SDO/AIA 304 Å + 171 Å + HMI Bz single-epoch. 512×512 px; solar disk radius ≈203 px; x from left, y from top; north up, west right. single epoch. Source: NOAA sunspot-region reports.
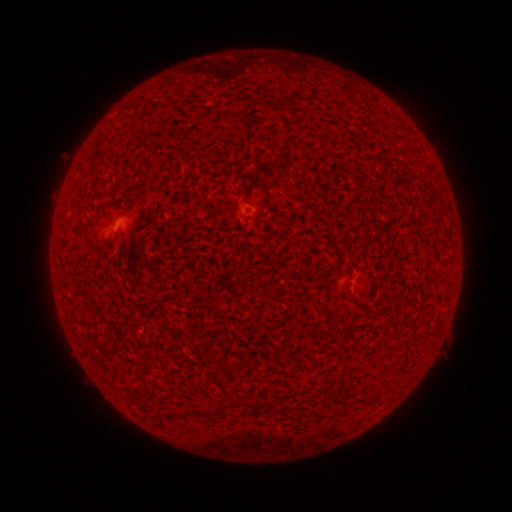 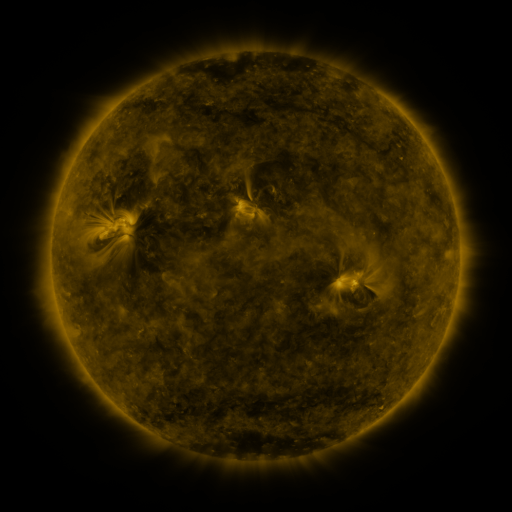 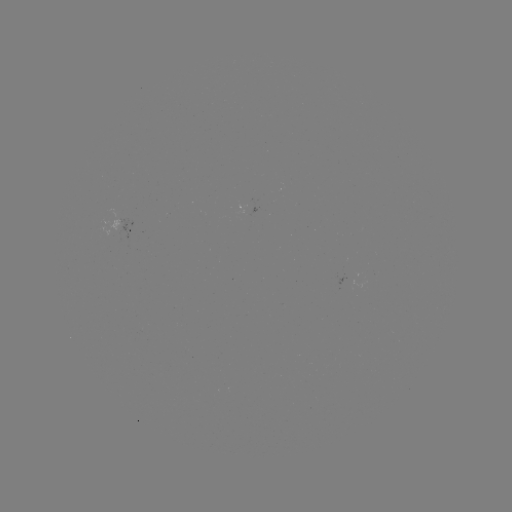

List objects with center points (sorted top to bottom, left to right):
spotted active region: (130, 229)
